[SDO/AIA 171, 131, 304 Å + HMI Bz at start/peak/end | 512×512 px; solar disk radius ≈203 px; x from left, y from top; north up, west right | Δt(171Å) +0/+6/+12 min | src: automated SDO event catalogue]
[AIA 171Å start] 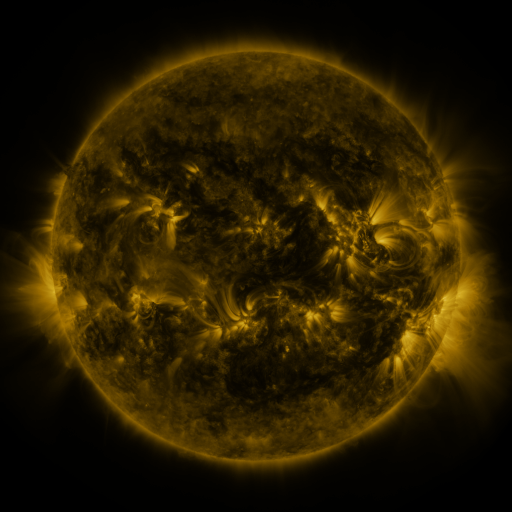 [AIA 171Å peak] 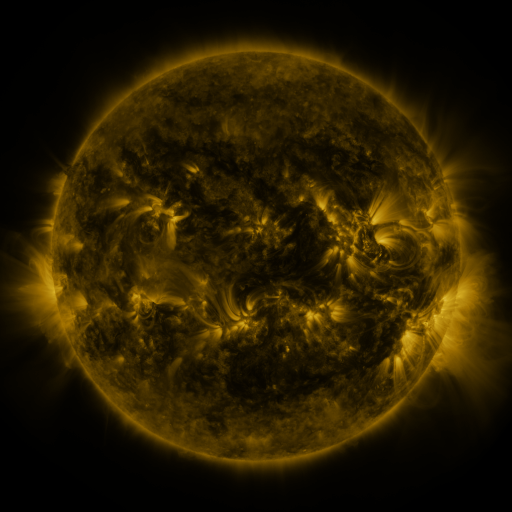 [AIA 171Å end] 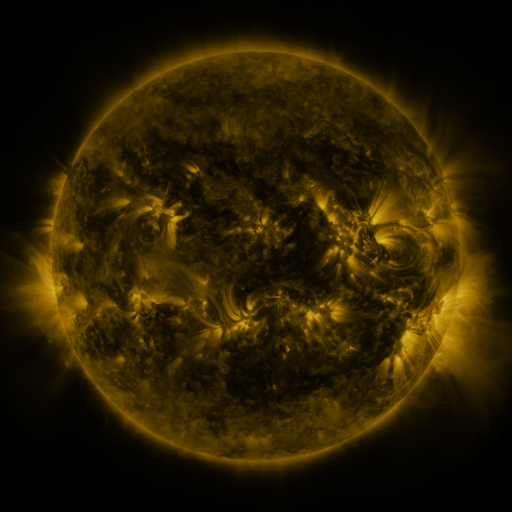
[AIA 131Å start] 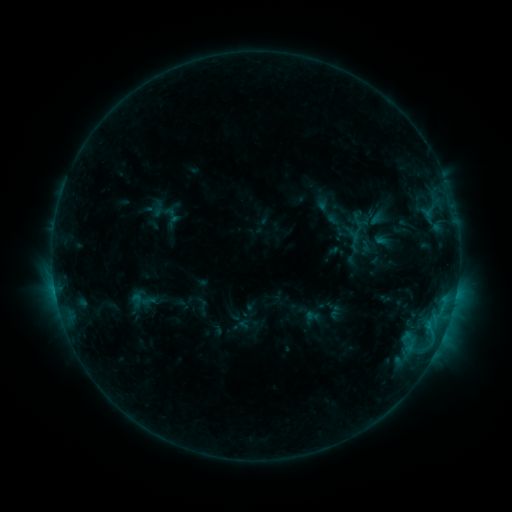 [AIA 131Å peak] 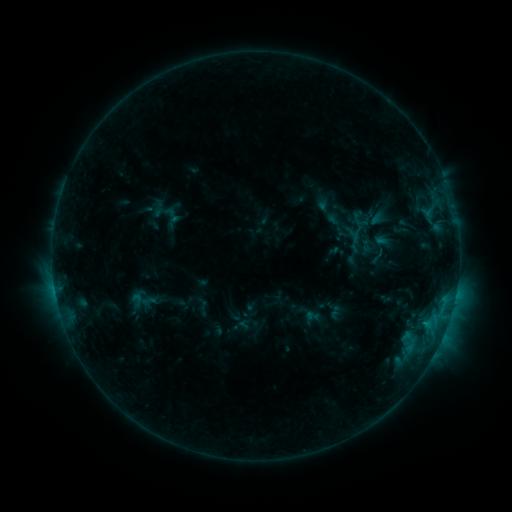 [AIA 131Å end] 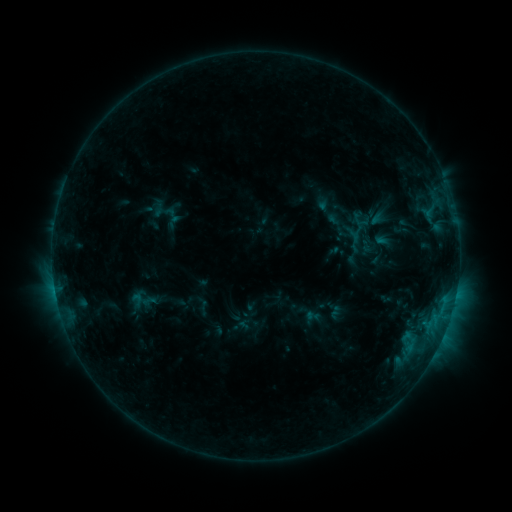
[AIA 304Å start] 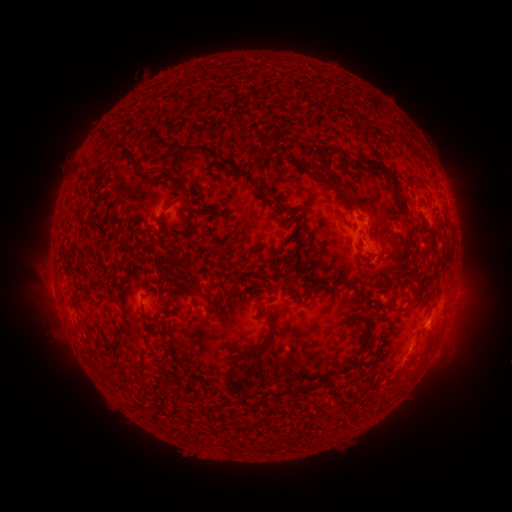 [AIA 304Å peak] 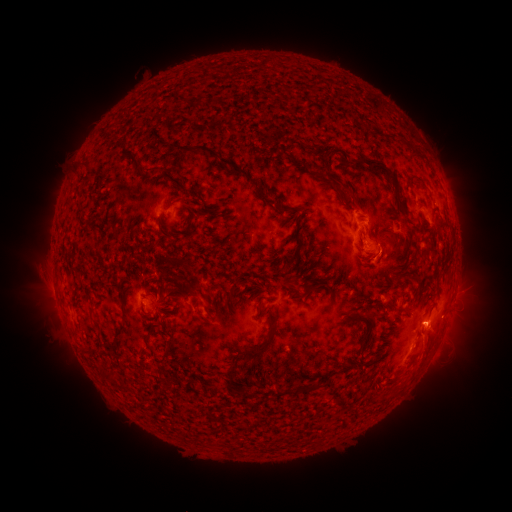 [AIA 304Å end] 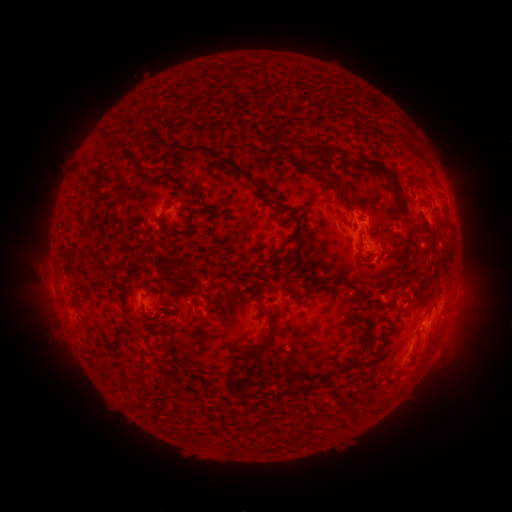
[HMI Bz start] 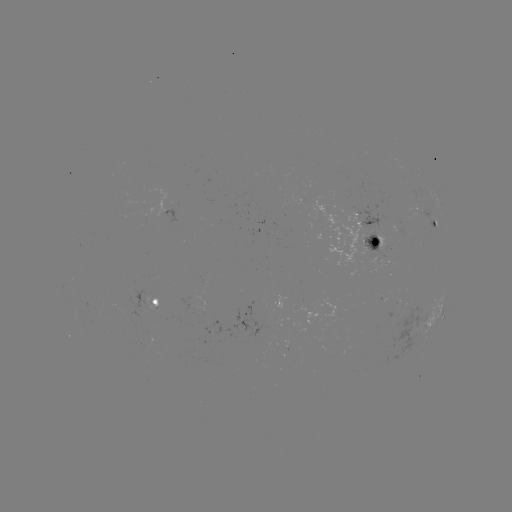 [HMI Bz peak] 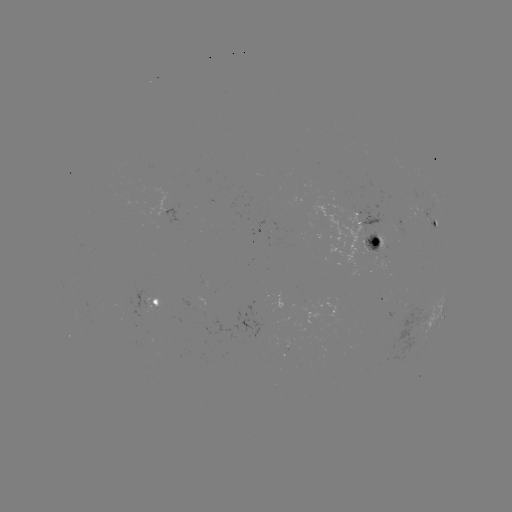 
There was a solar eruption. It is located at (424, 351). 